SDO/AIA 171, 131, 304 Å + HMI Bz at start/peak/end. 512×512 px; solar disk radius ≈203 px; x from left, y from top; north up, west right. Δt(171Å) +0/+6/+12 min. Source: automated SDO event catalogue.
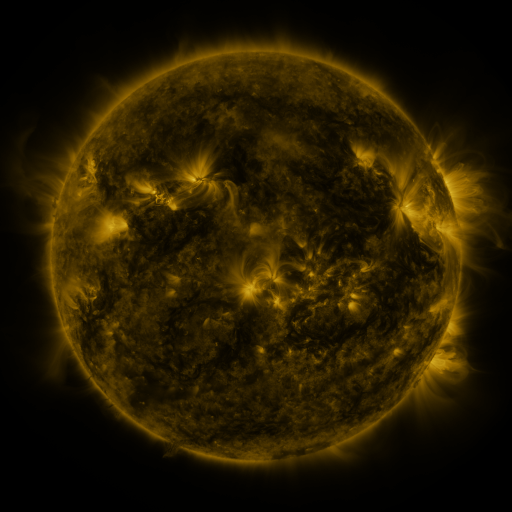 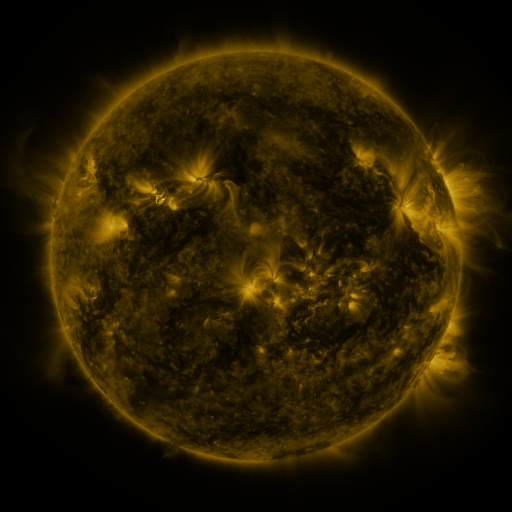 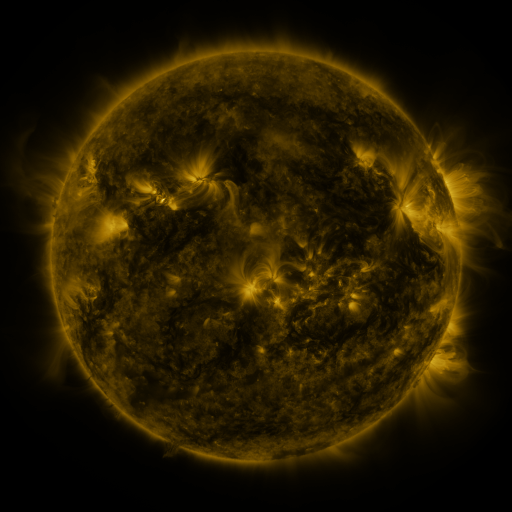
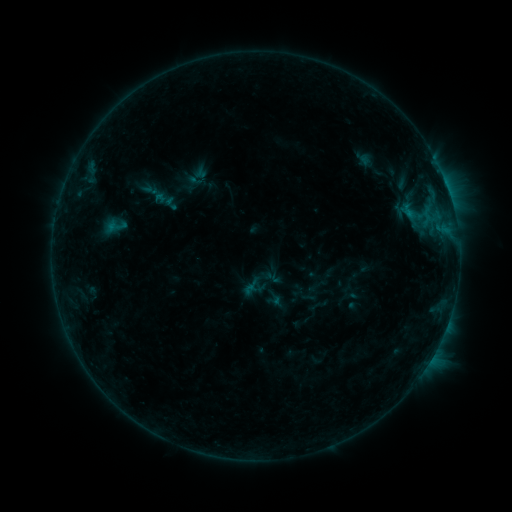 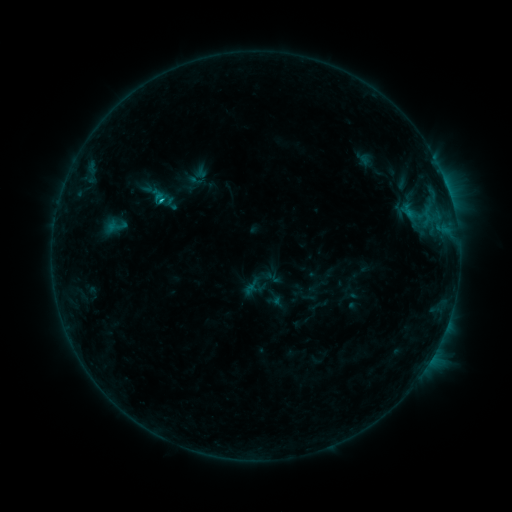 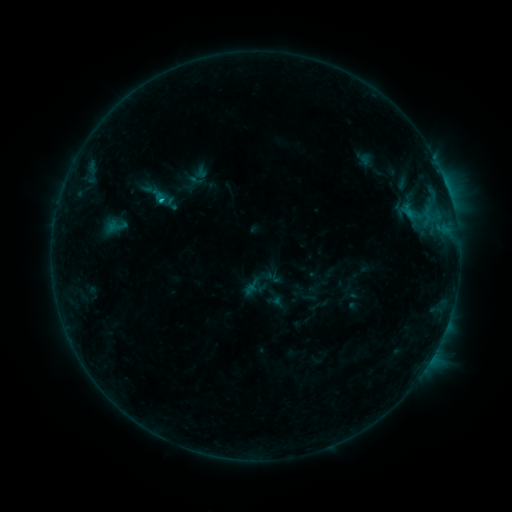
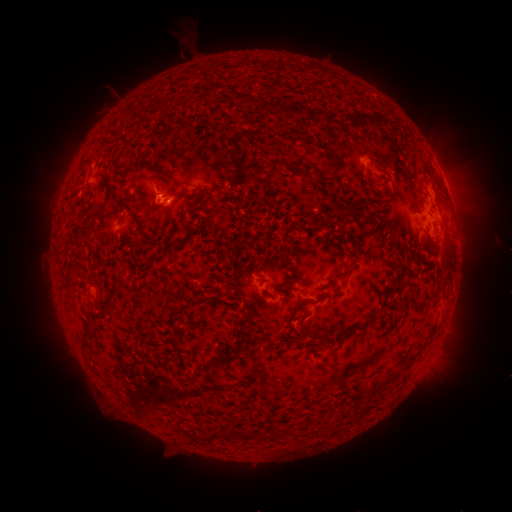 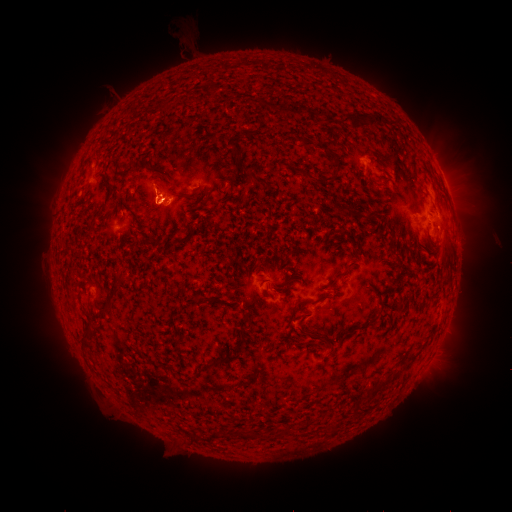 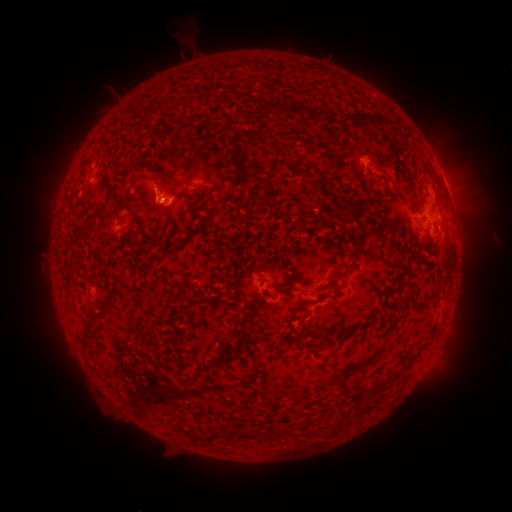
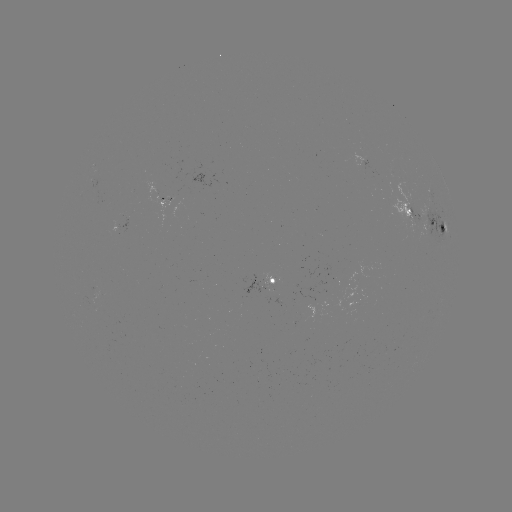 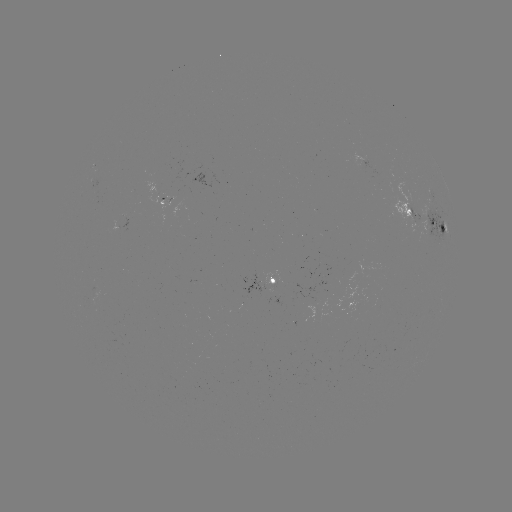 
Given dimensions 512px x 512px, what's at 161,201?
B9.4 flare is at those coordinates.